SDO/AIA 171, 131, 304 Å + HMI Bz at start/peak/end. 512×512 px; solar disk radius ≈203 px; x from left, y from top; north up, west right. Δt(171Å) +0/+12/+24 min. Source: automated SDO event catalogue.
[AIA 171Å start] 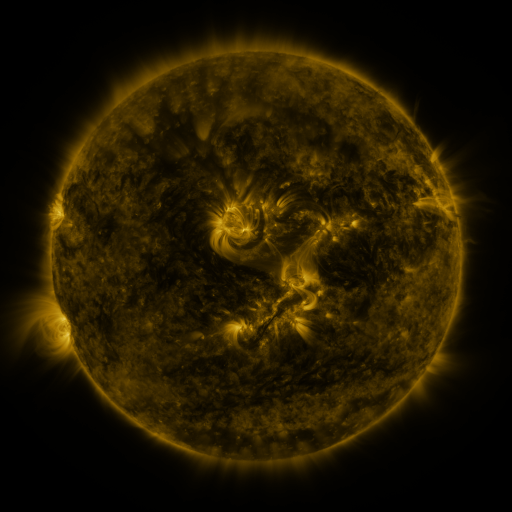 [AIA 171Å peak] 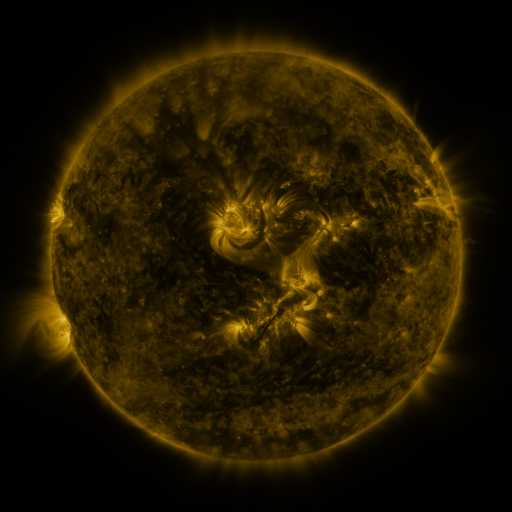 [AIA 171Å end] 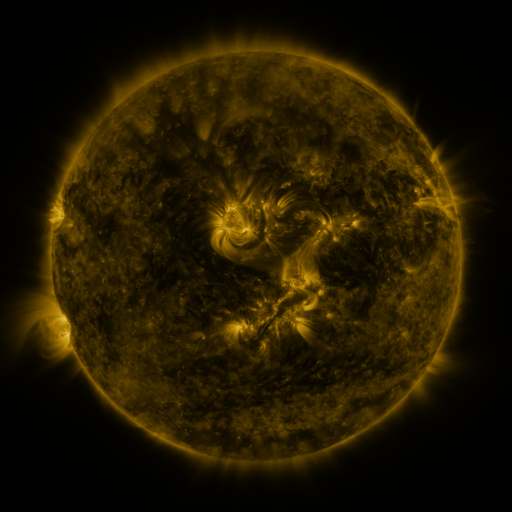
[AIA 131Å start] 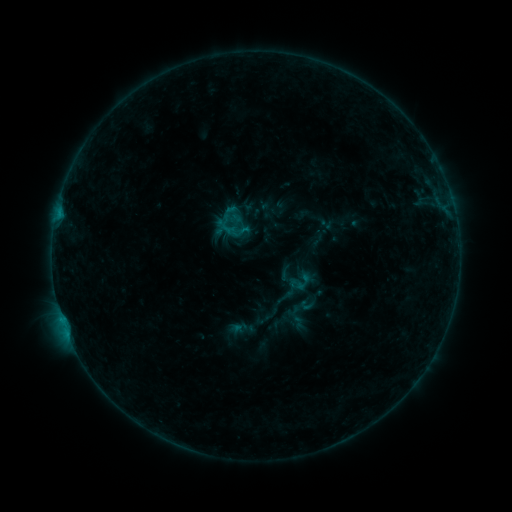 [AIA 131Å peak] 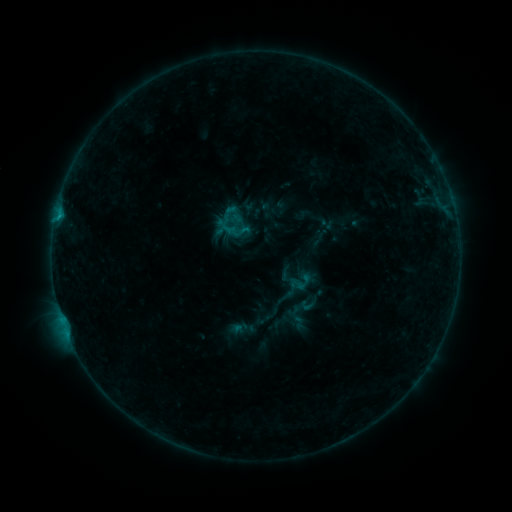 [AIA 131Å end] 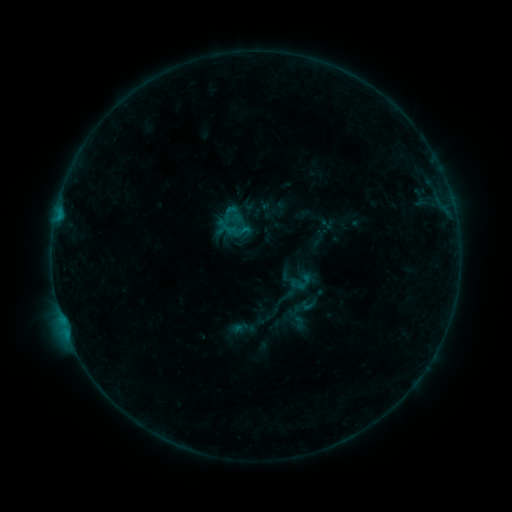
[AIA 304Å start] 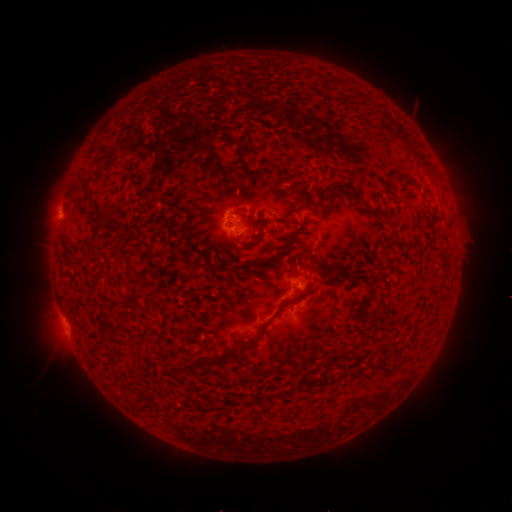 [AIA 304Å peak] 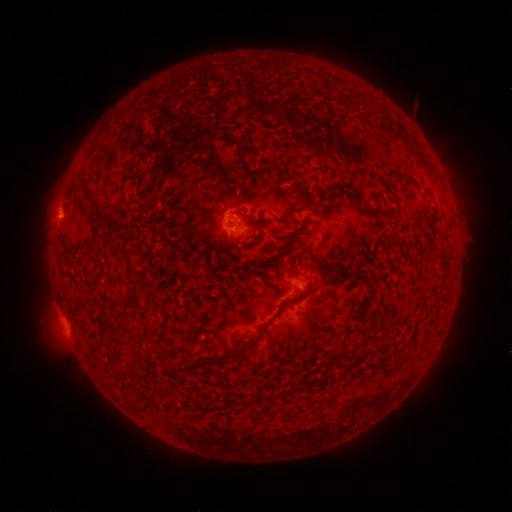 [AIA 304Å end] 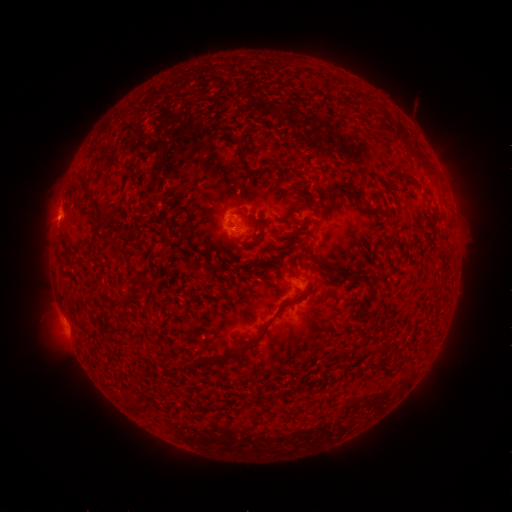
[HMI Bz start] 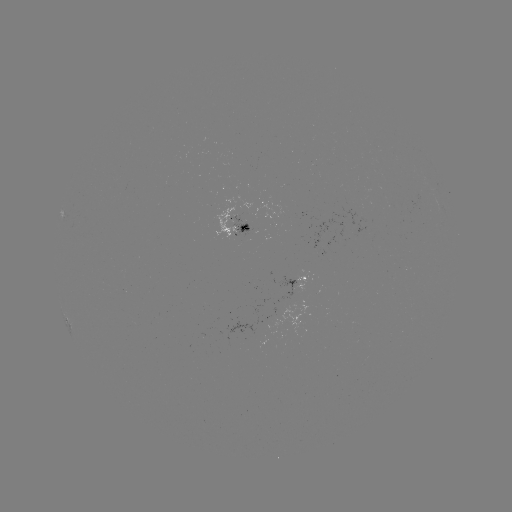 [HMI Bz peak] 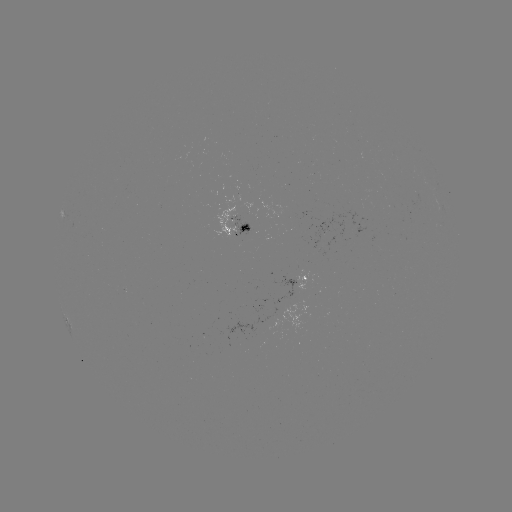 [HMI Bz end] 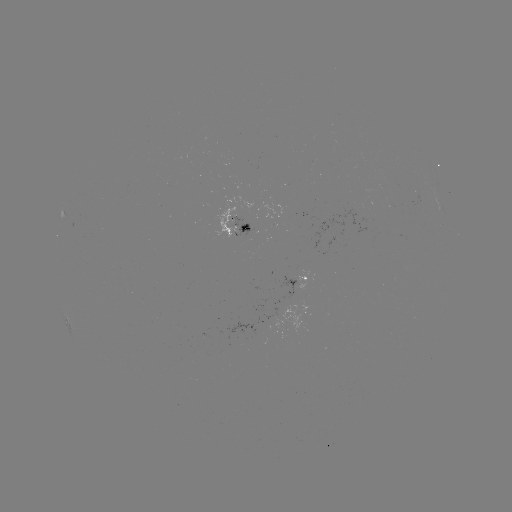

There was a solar flare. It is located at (59, 220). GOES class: B4.6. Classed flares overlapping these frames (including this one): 1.